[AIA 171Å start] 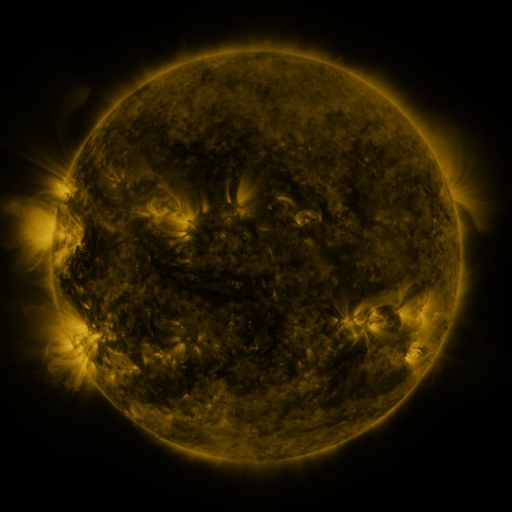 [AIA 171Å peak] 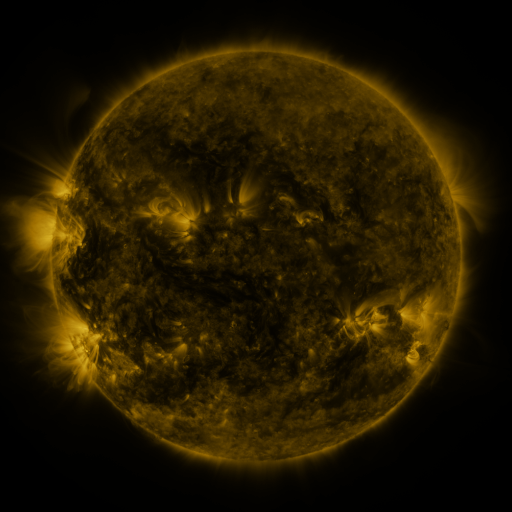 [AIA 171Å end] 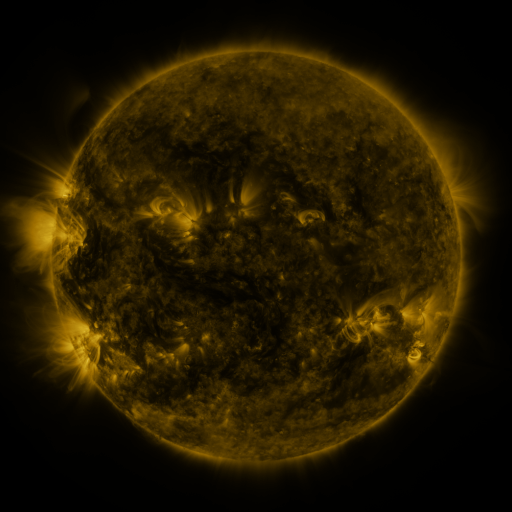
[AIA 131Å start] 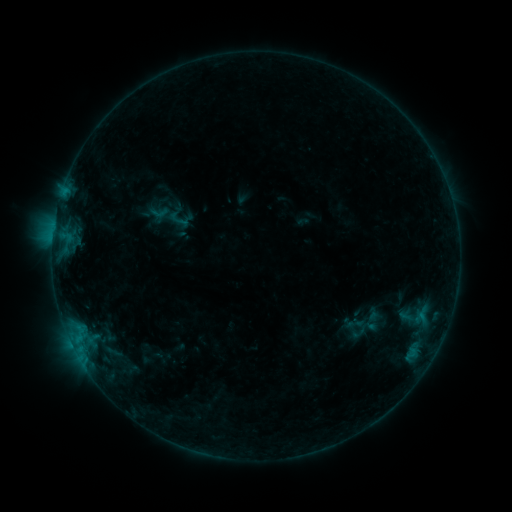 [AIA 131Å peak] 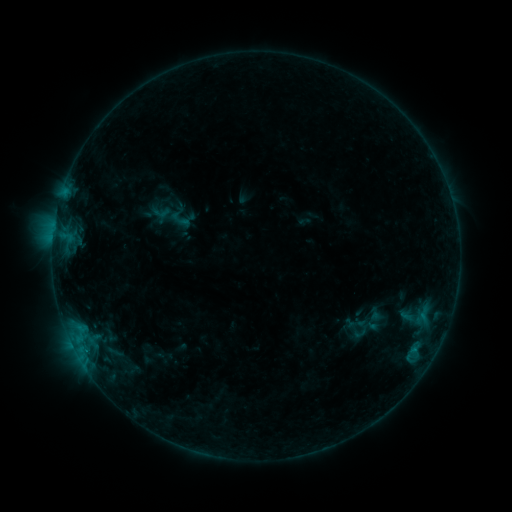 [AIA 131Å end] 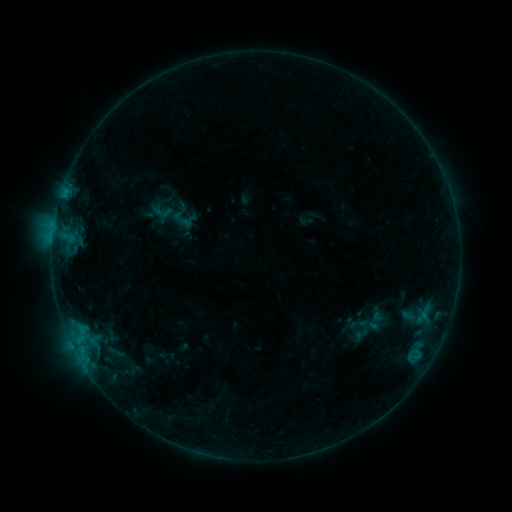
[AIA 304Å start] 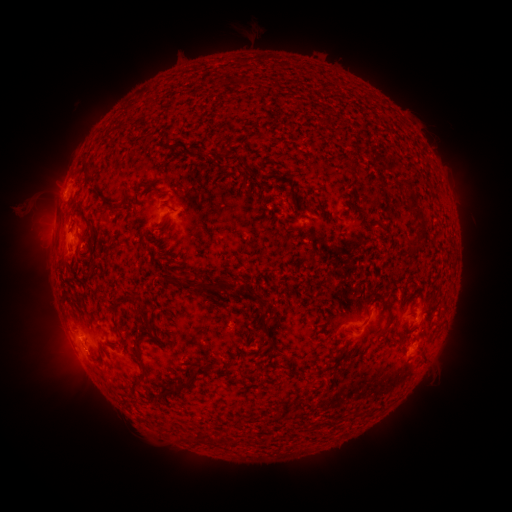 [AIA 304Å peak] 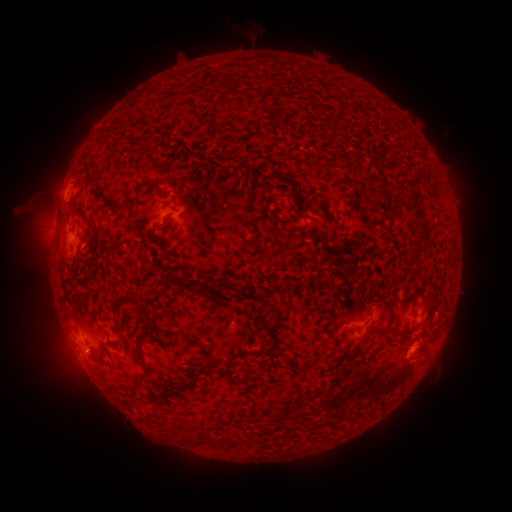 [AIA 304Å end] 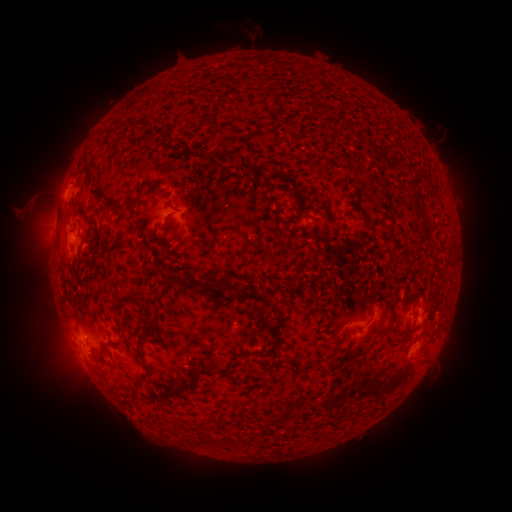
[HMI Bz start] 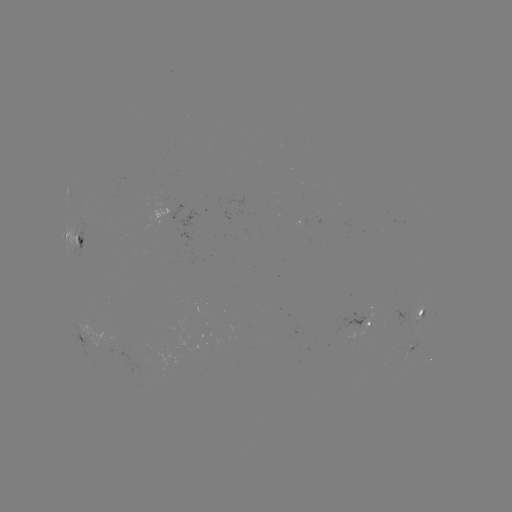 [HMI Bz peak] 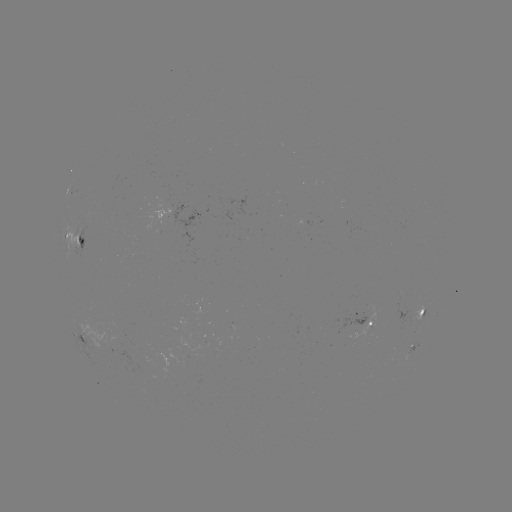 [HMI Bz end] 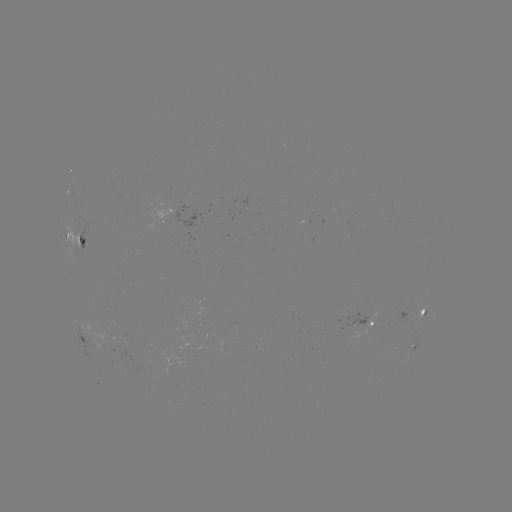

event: filament eruption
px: (284, 42)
